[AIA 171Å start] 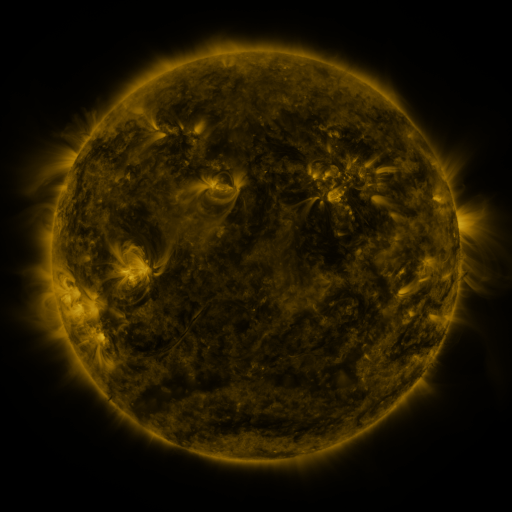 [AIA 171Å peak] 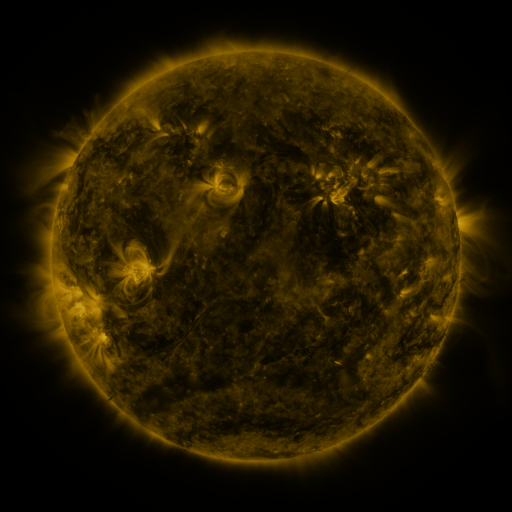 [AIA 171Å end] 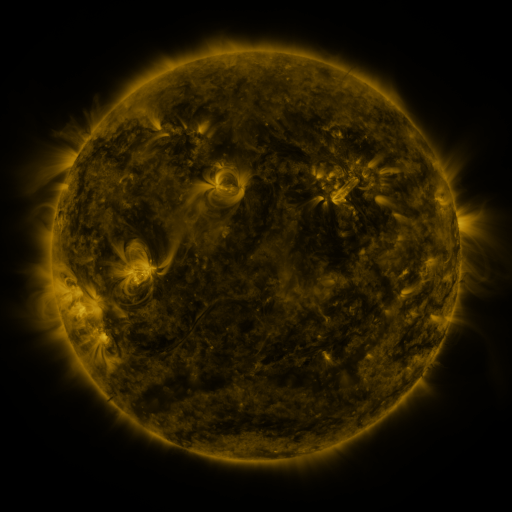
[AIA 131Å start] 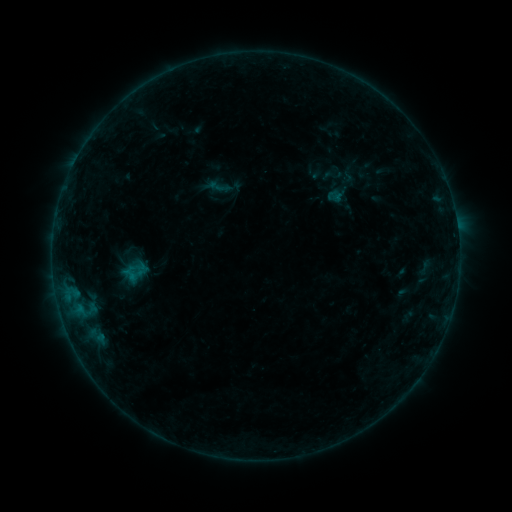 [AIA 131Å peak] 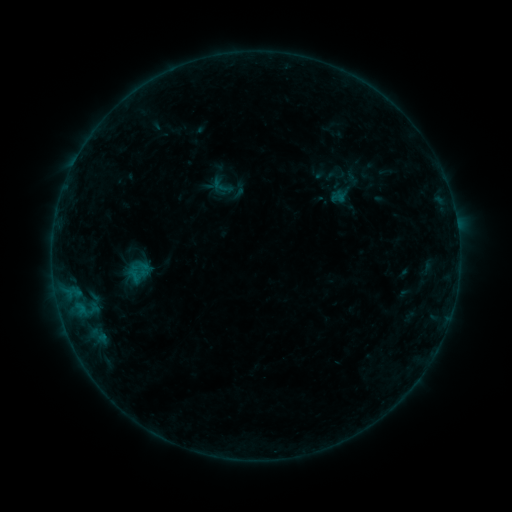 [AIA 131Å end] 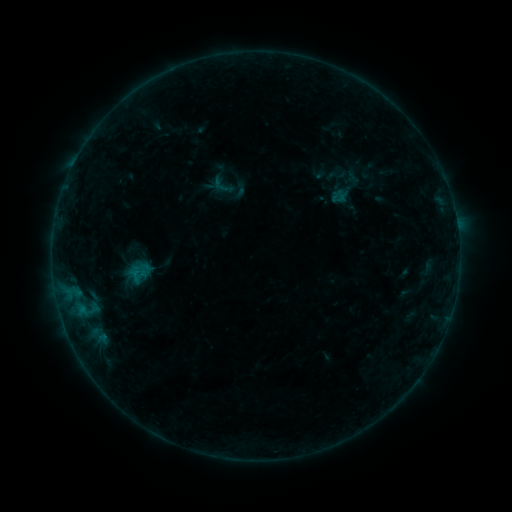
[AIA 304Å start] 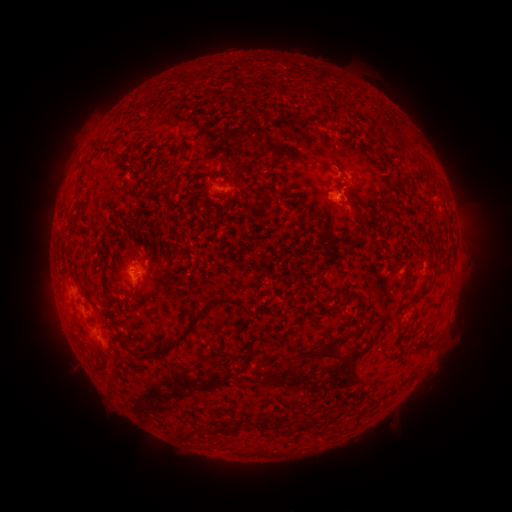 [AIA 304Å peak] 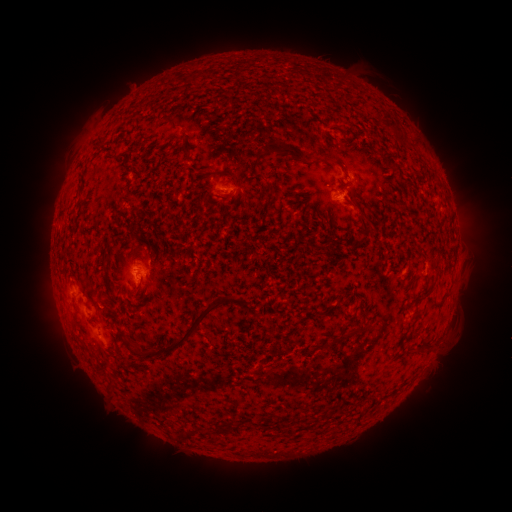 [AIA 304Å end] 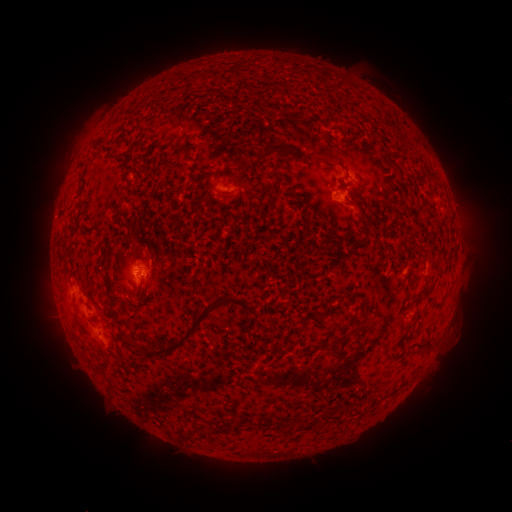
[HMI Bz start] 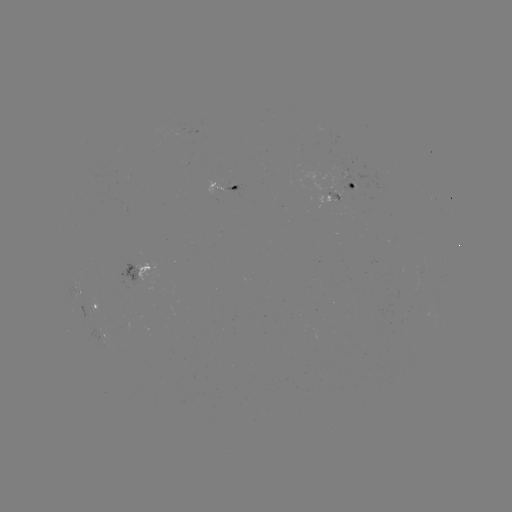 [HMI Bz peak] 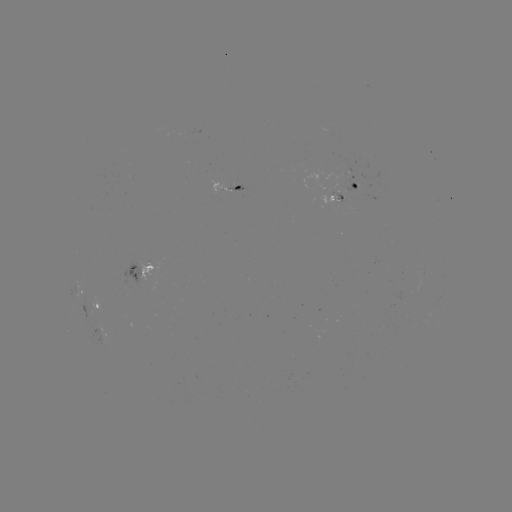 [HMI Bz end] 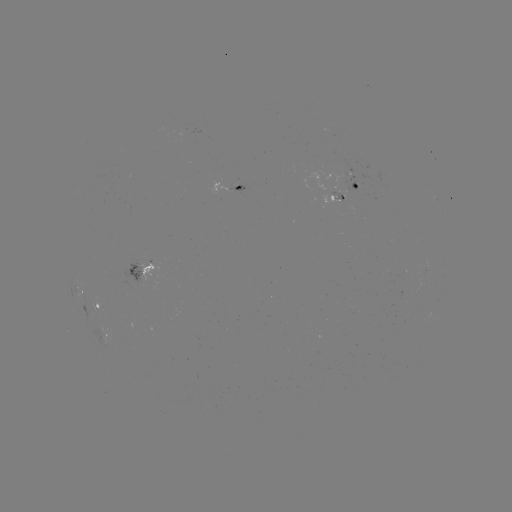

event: emerging-flux region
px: (343, 182)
